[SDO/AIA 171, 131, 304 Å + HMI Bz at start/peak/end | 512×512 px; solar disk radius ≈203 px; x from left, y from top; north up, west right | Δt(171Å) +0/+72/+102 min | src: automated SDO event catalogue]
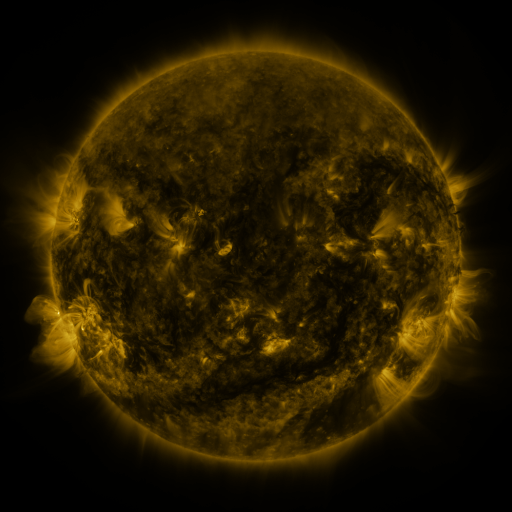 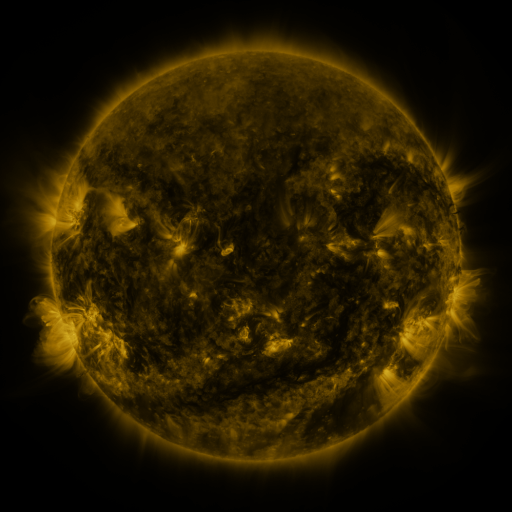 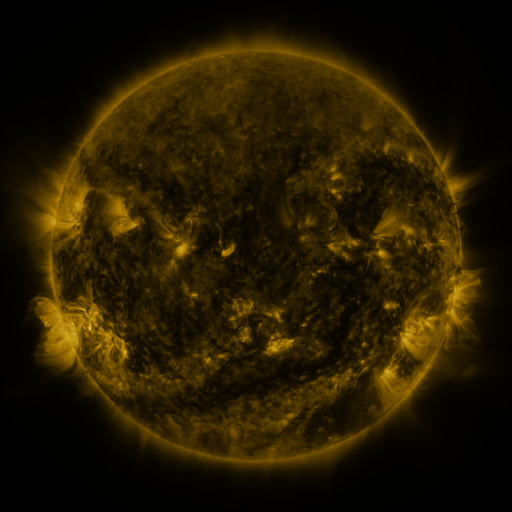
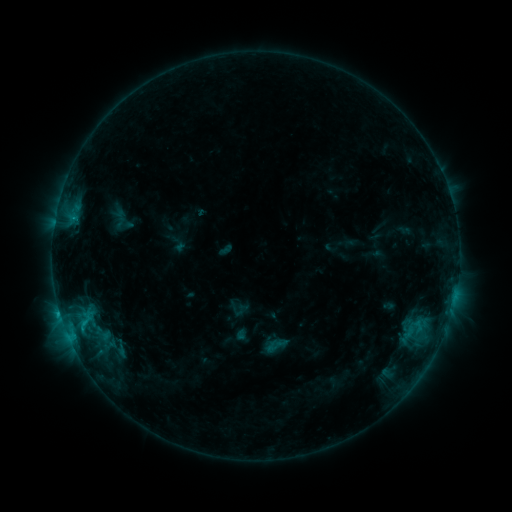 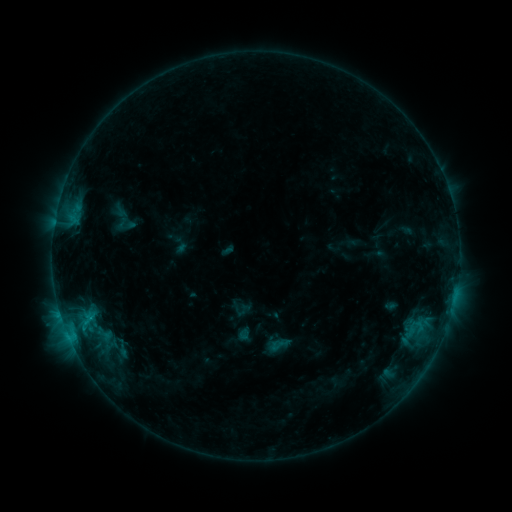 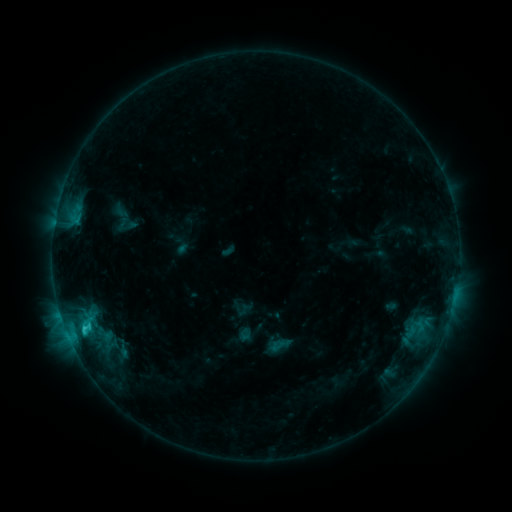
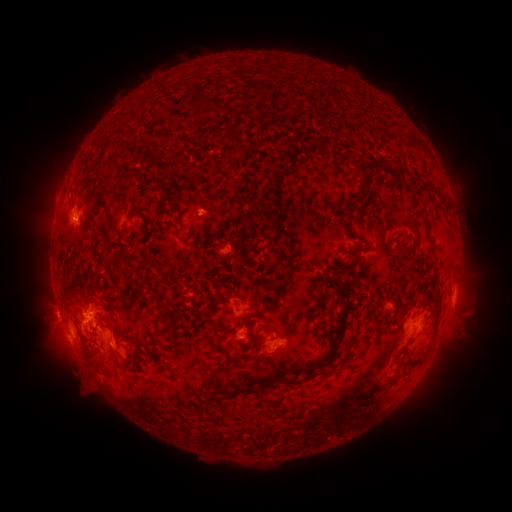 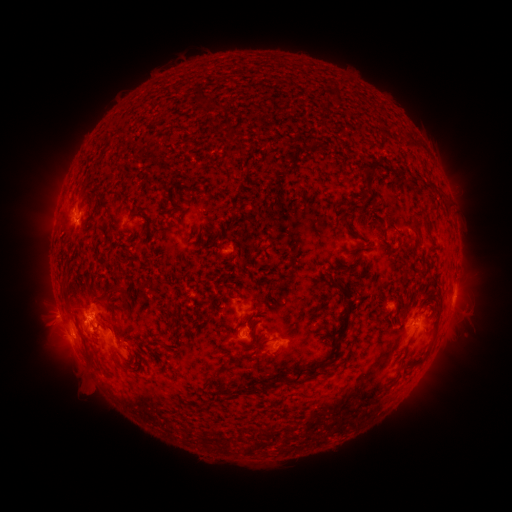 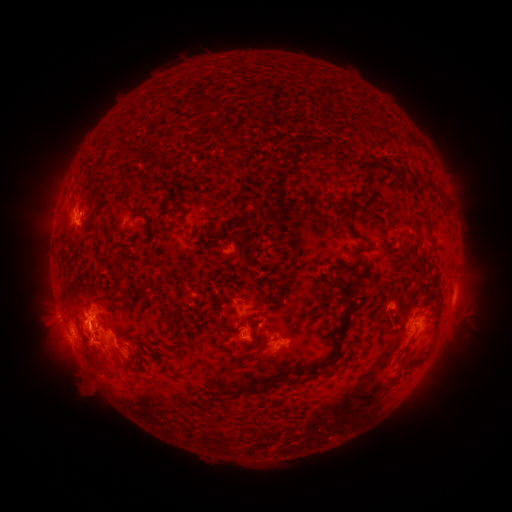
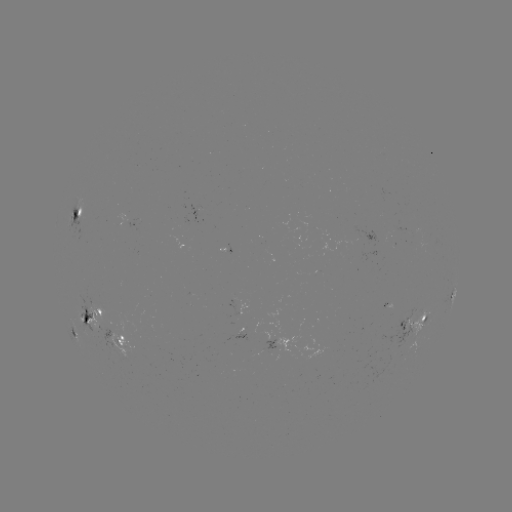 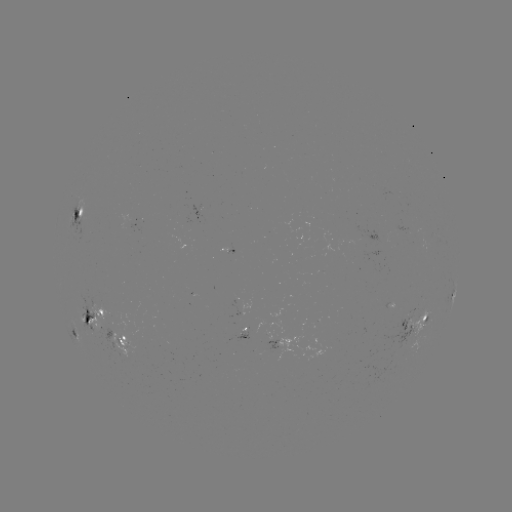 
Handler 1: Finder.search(emerging-flux region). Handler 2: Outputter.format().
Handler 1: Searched emerging-flux region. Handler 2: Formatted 363,247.